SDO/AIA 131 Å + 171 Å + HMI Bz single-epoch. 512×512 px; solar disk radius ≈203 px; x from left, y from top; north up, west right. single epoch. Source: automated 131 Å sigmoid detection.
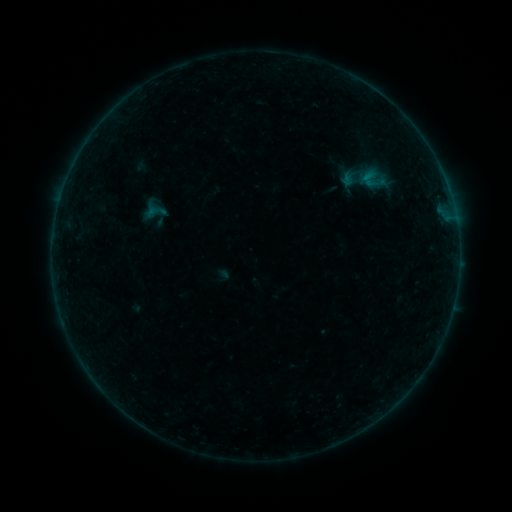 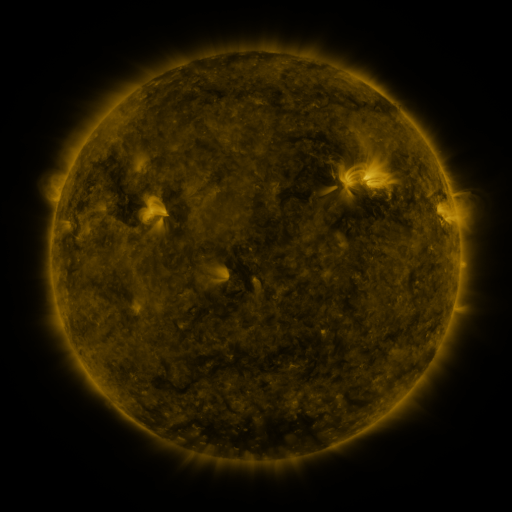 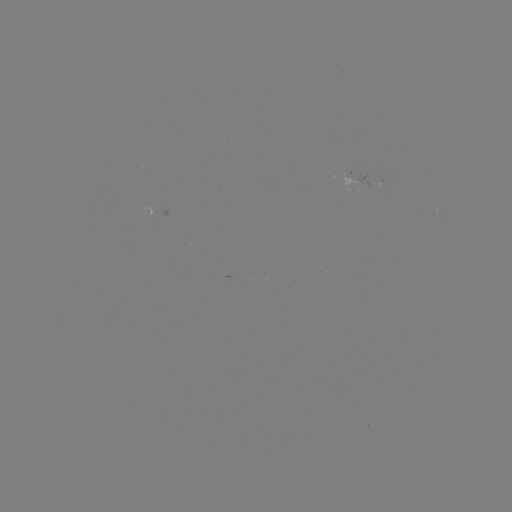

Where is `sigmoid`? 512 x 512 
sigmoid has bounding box [145, 201, 167, 223].